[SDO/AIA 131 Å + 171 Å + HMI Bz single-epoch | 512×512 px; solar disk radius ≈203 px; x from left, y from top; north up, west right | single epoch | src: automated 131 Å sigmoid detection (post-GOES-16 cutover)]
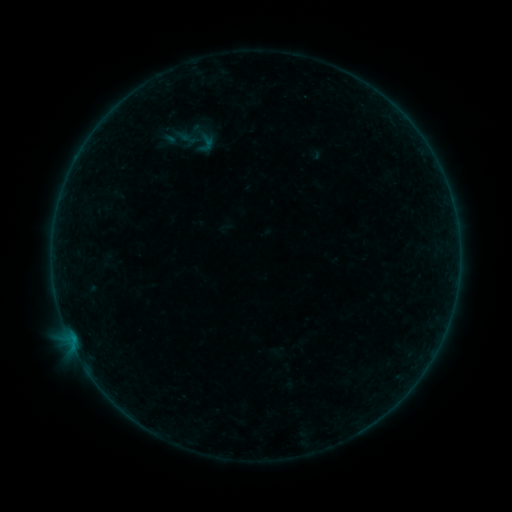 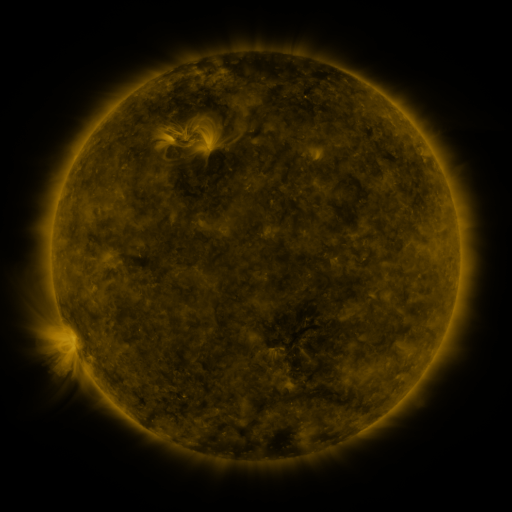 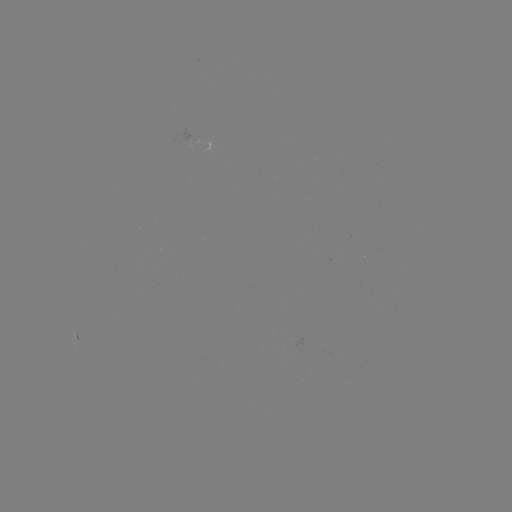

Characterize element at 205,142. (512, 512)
sigmoid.